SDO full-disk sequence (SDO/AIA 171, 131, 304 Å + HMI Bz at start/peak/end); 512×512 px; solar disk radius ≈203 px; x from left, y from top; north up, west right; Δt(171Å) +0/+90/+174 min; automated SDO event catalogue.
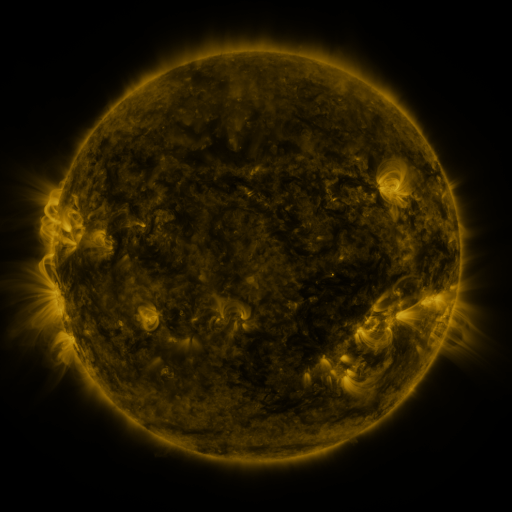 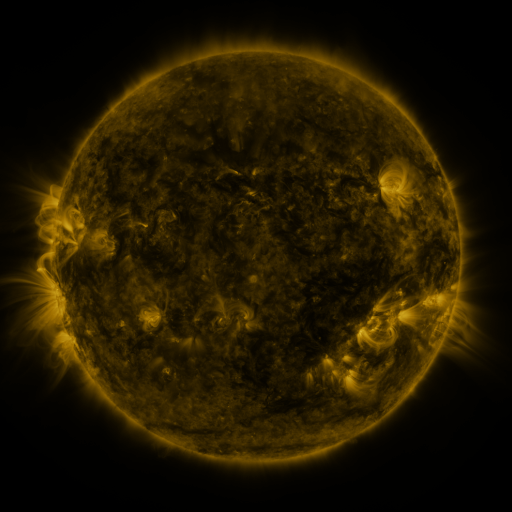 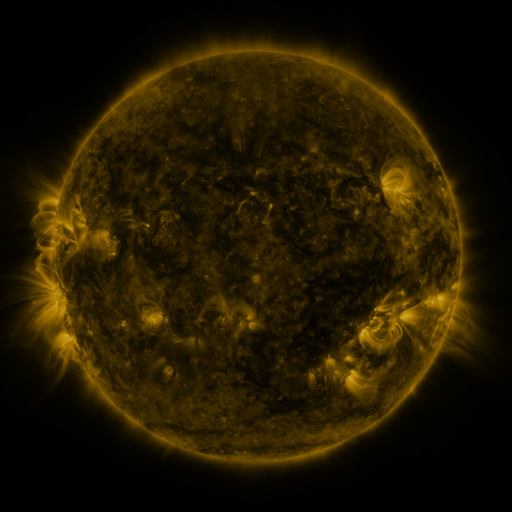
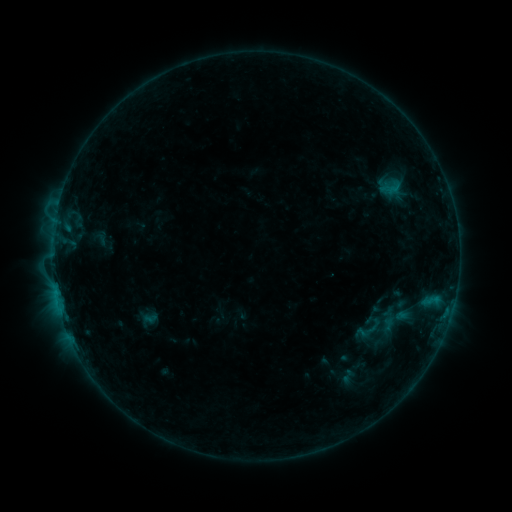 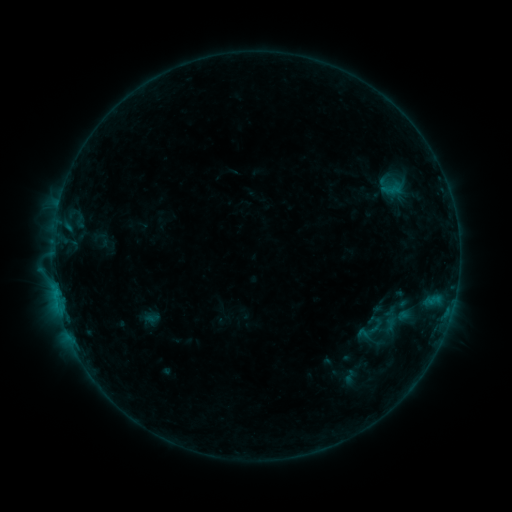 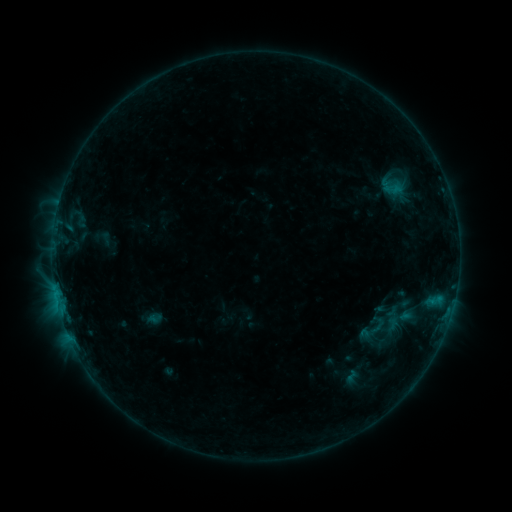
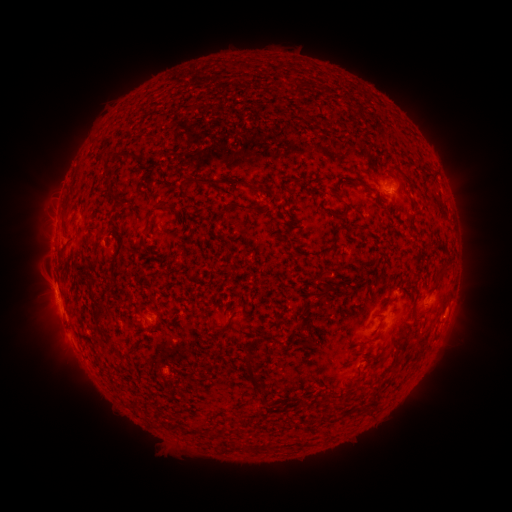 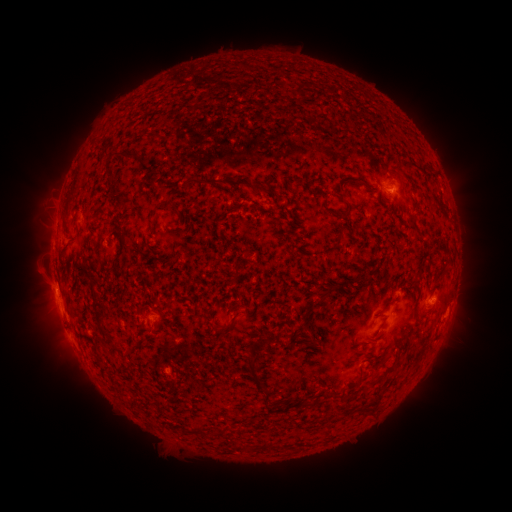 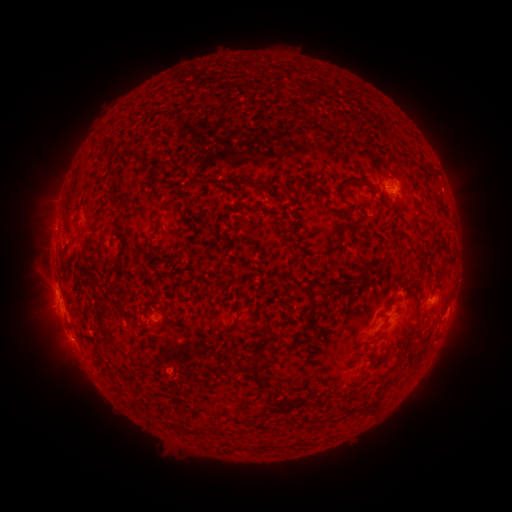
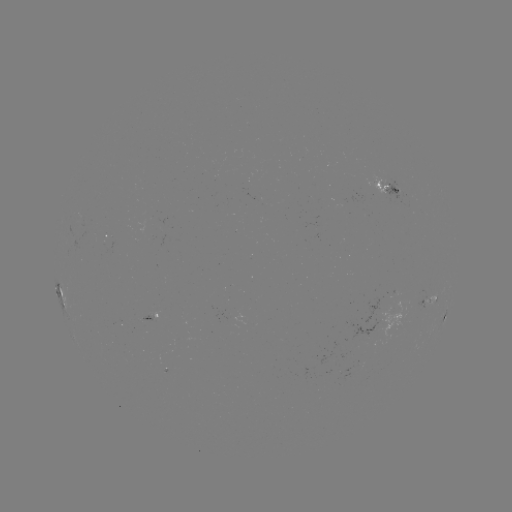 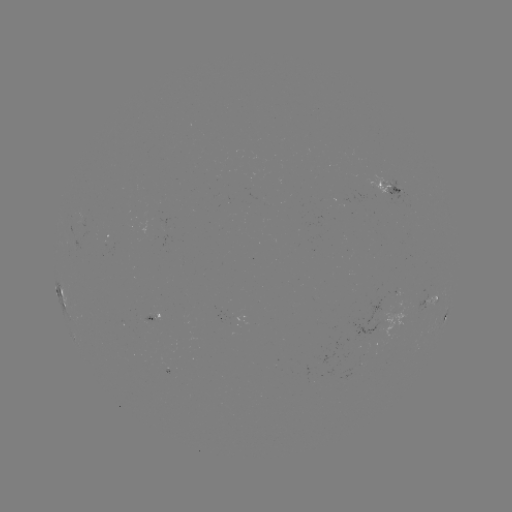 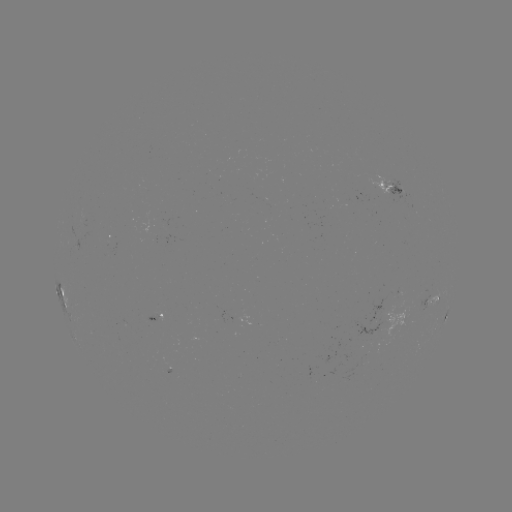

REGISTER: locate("filament eruption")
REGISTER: [247, 204]